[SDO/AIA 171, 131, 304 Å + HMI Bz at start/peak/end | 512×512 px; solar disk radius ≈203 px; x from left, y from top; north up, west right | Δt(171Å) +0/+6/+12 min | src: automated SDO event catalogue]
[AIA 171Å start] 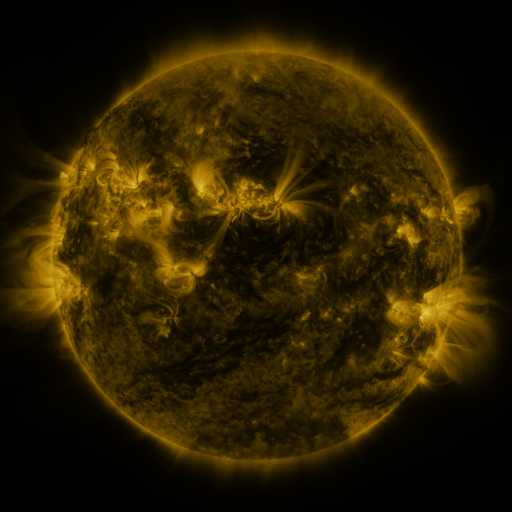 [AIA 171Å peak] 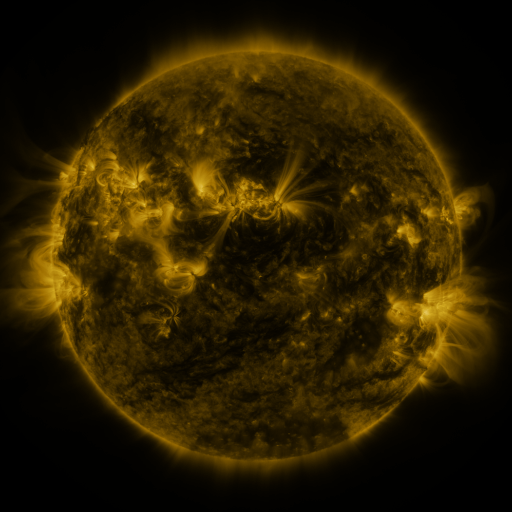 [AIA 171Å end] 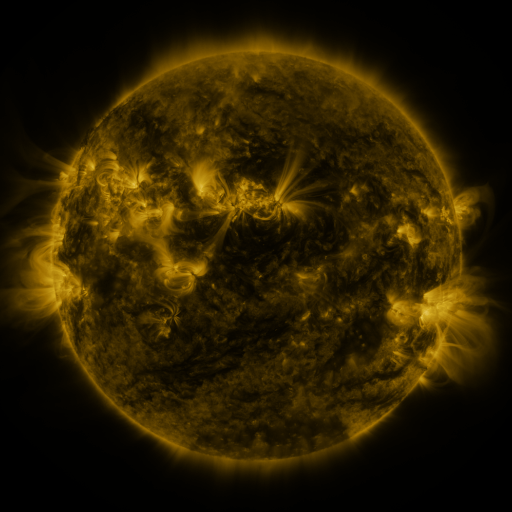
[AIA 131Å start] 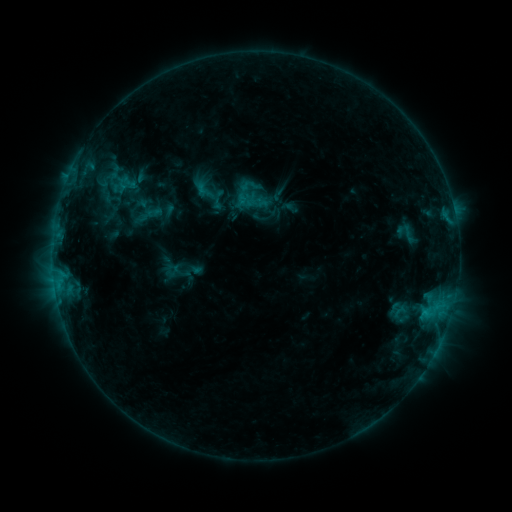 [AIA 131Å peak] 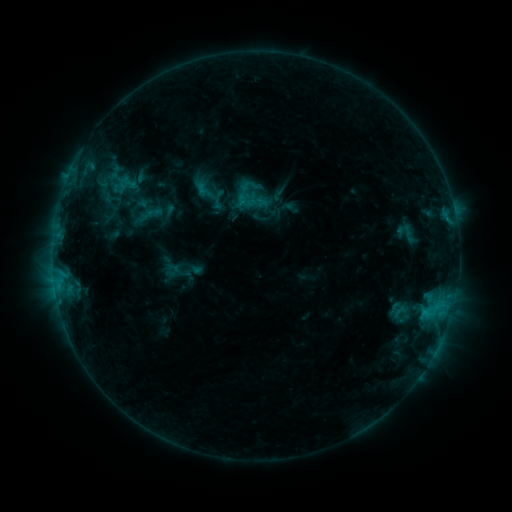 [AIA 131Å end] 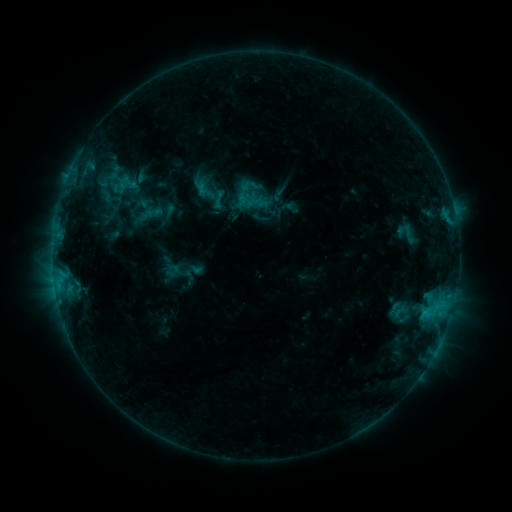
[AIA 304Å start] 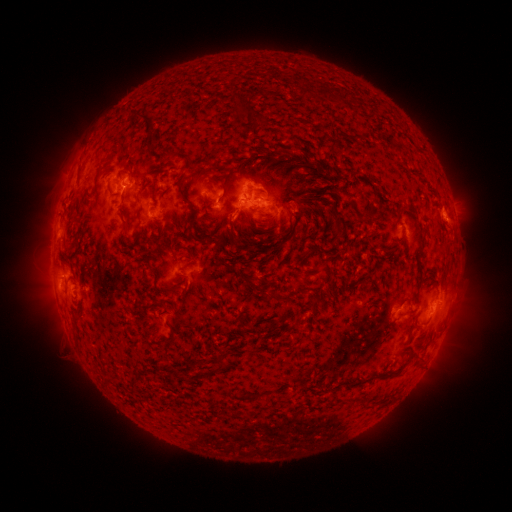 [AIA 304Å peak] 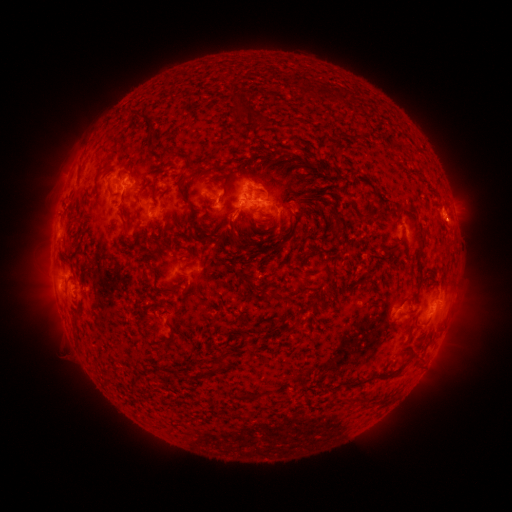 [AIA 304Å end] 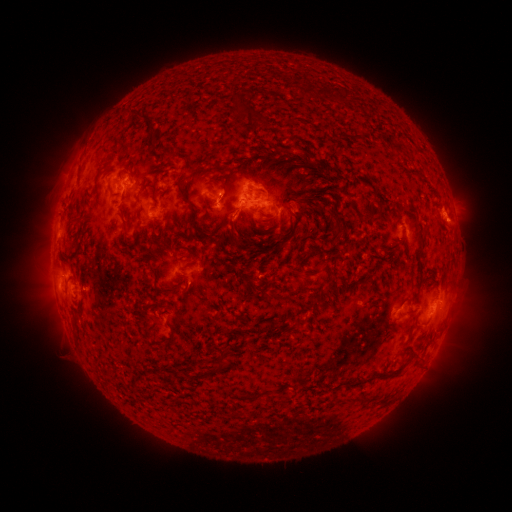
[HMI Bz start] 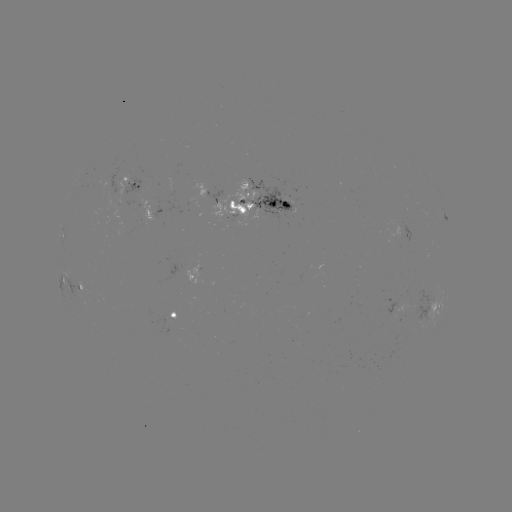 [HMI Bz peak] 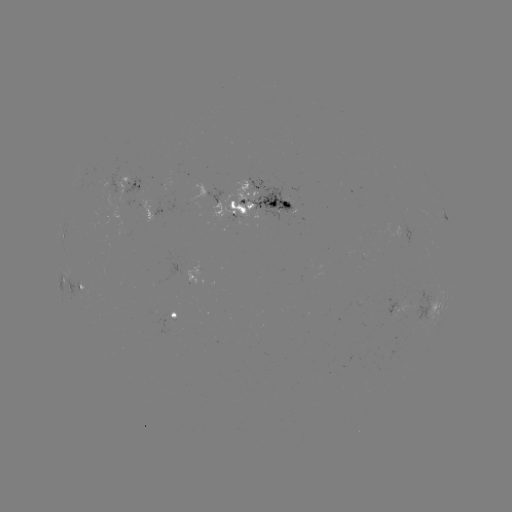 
no flare in any classed list; no EUV-trigger detection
